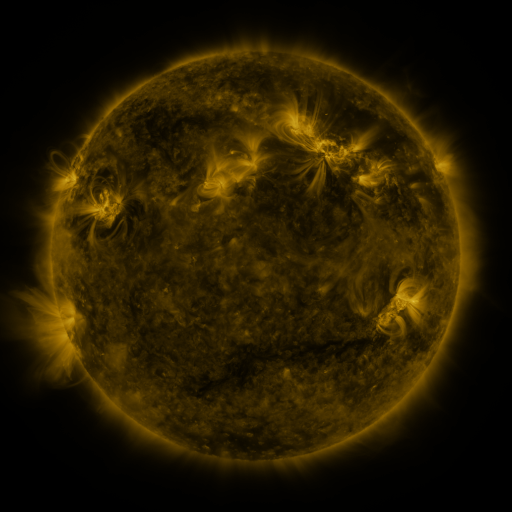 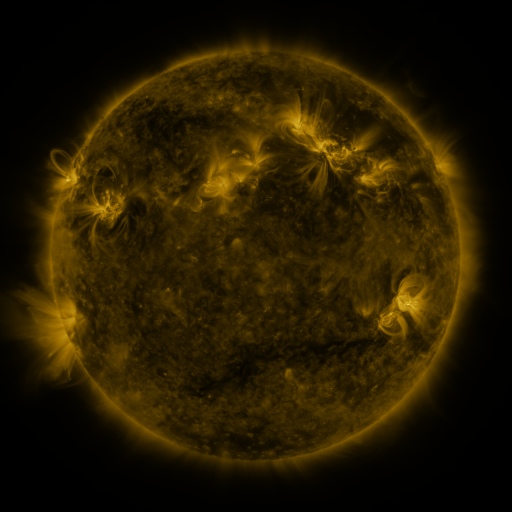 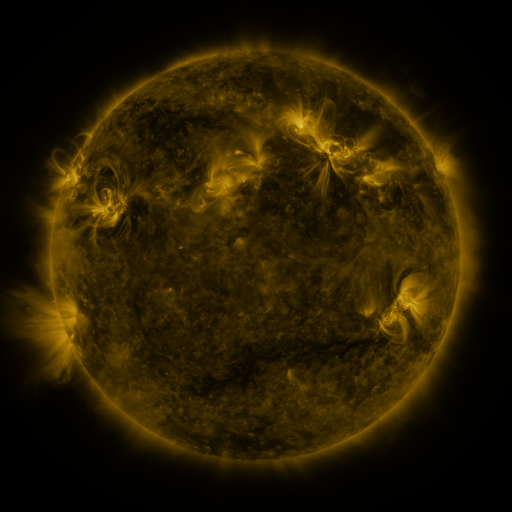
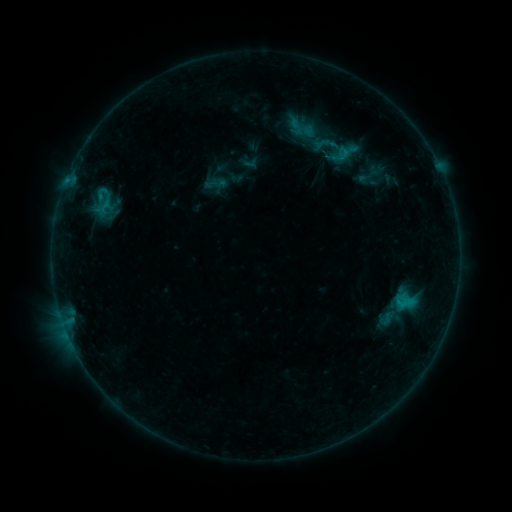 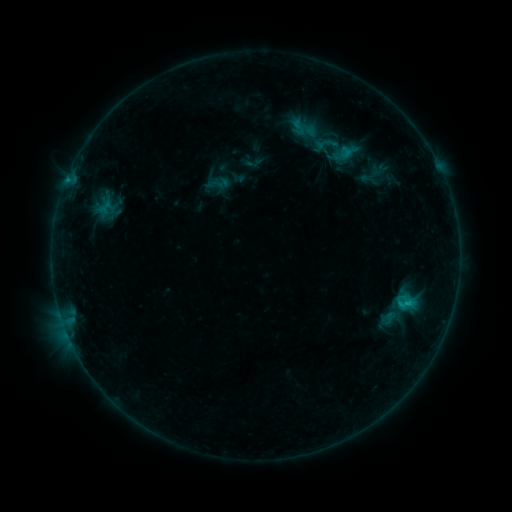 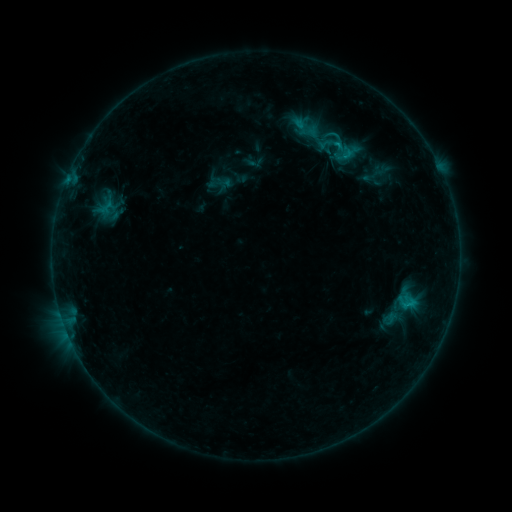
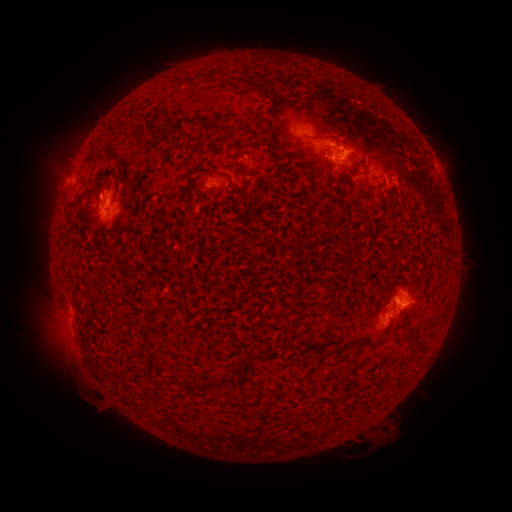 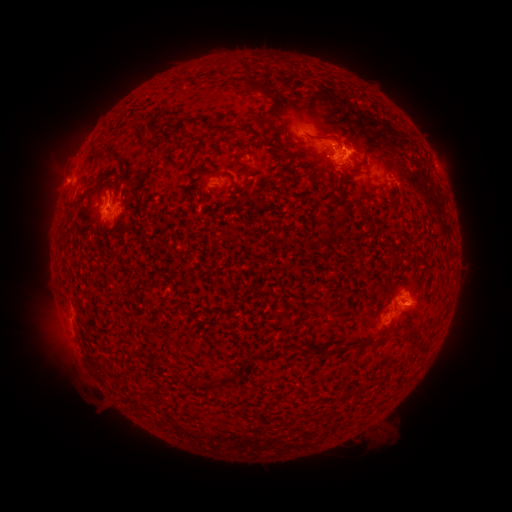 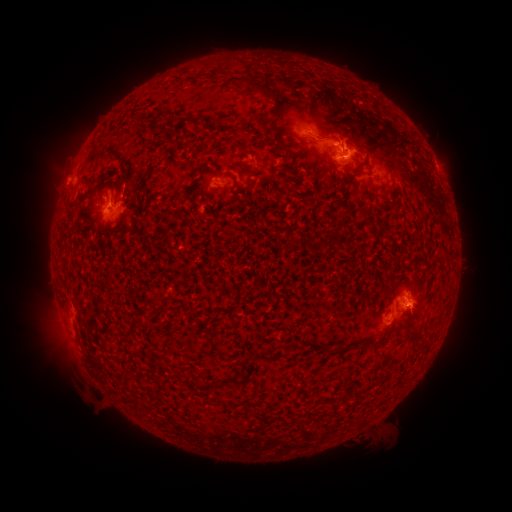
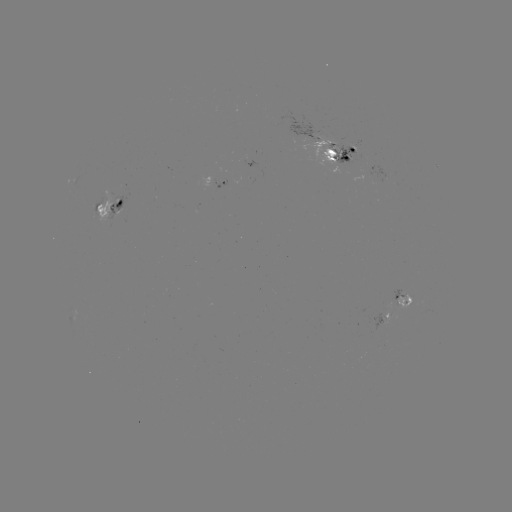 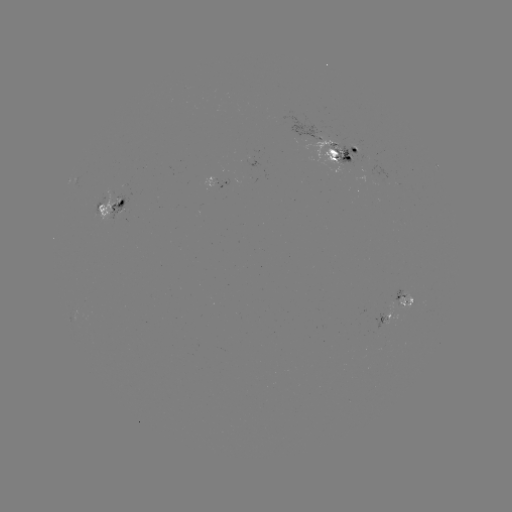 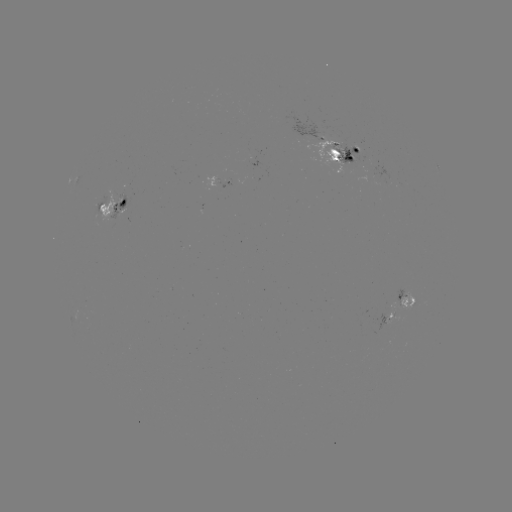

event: emerging-flux region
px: (403, 302)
